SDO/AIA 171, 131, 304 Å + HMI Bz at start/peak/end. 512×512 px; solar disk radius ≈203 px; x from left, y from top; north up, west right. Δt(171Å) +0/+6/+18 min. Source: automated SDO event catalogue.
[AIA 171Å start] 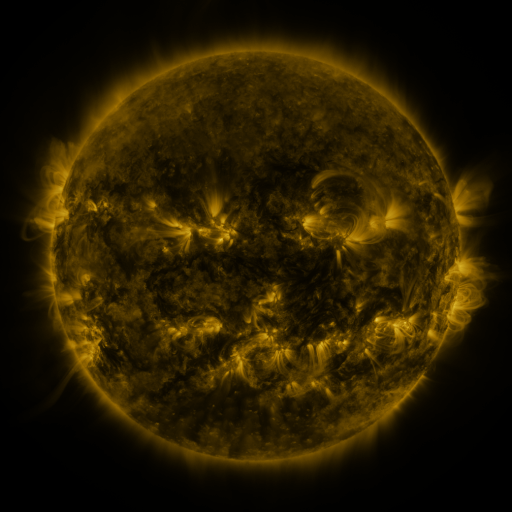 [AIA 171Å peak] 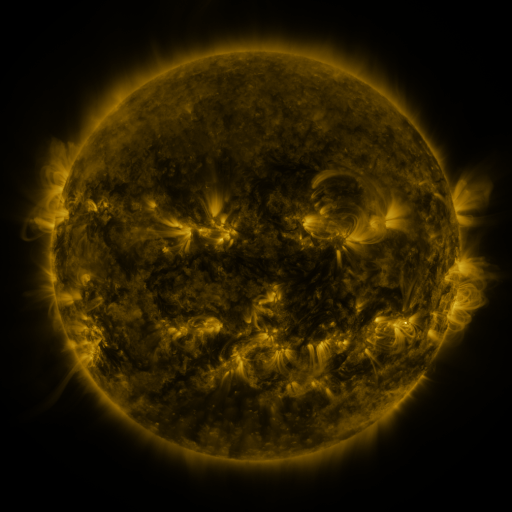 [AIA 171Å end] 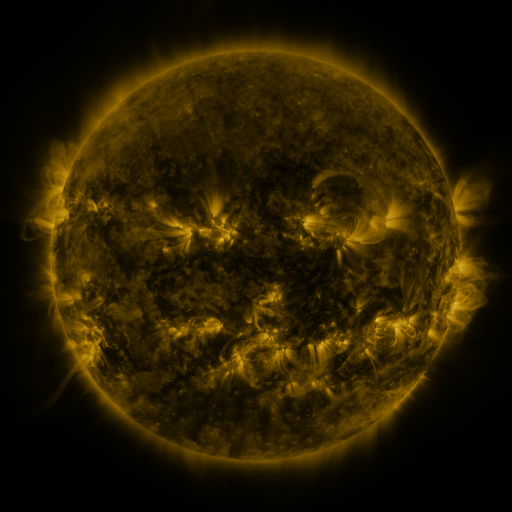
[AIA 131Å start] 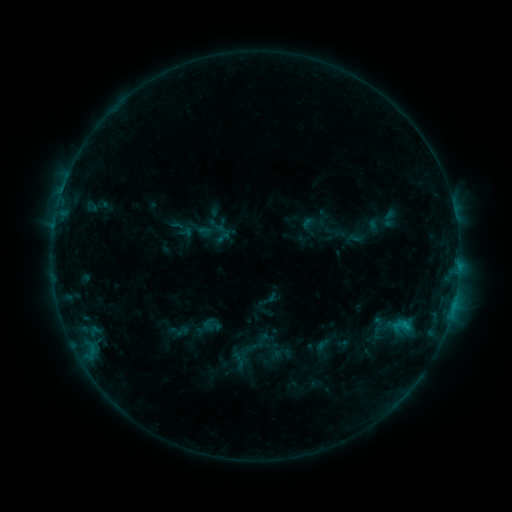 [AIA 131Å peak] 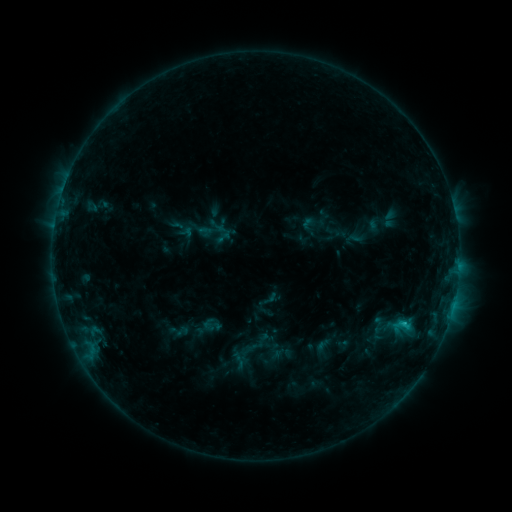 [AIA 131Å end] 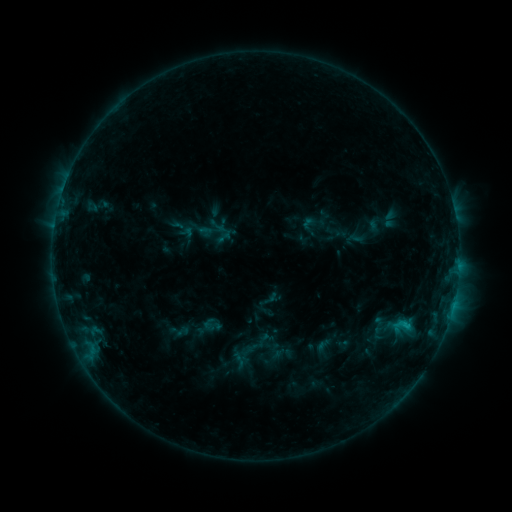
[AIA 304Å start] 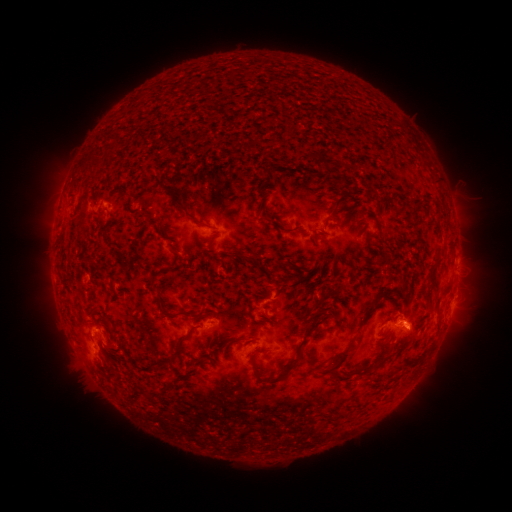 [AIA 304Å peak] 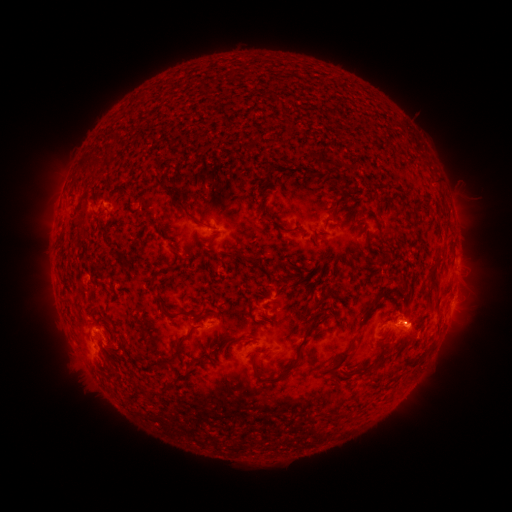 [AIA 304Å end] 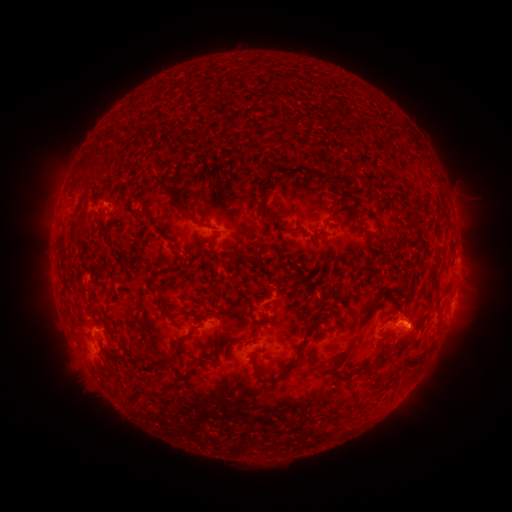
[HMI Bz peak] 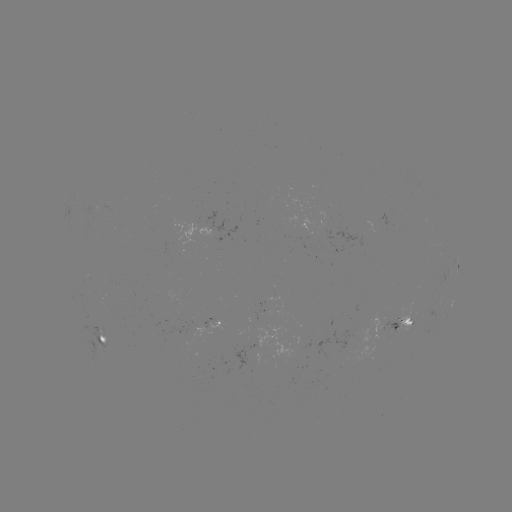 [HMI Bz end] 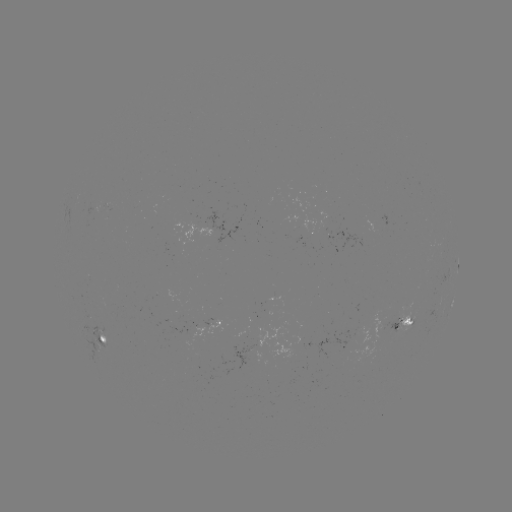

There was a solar flare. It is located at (402, 322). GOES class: B7.9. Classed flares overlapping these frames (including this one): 1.